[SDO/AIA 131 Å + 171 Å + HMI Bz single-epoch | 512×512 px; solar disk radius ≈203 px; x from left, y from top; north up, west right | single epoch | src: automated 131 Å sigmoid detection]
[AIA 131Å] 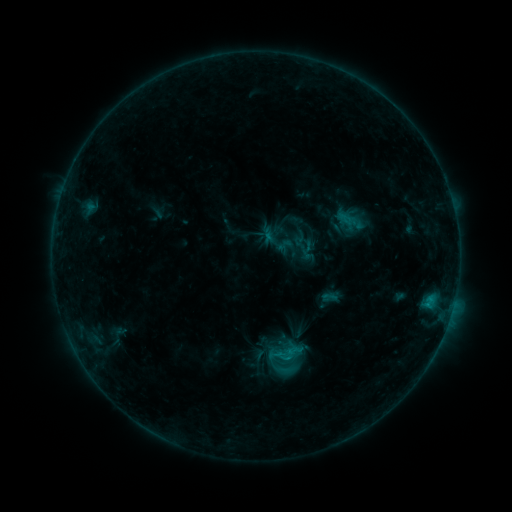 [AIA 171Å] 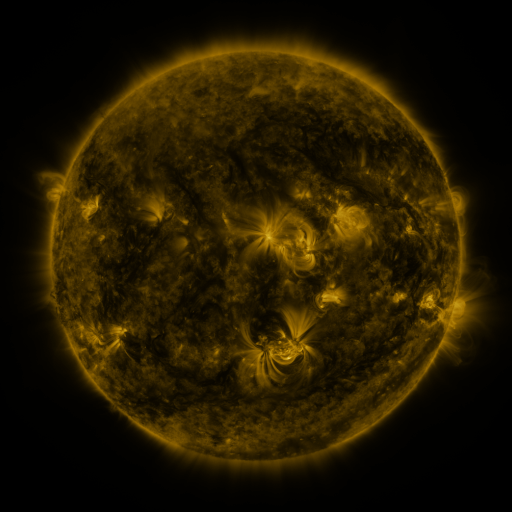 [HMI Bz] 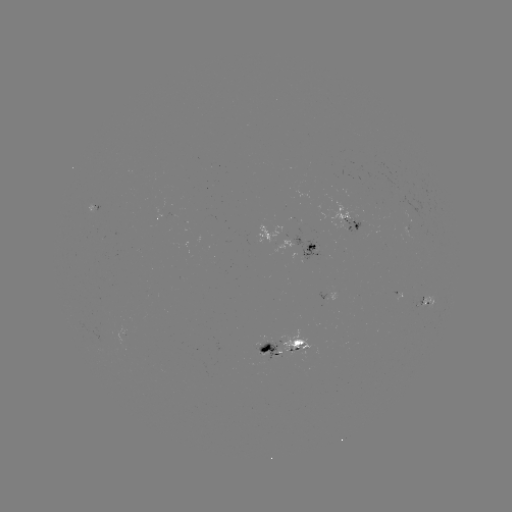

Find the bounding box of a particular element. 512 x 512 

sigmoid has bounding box [320, 289, 337, 305].